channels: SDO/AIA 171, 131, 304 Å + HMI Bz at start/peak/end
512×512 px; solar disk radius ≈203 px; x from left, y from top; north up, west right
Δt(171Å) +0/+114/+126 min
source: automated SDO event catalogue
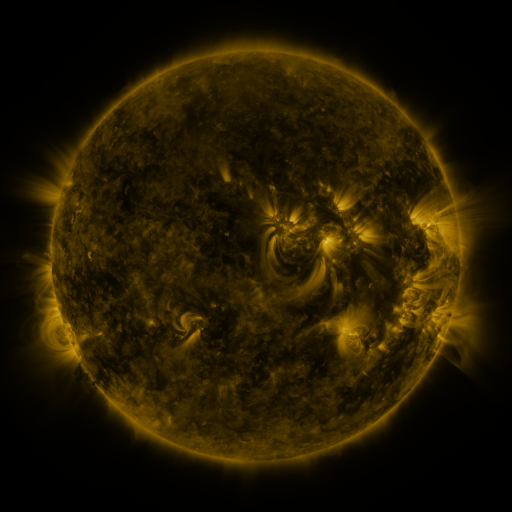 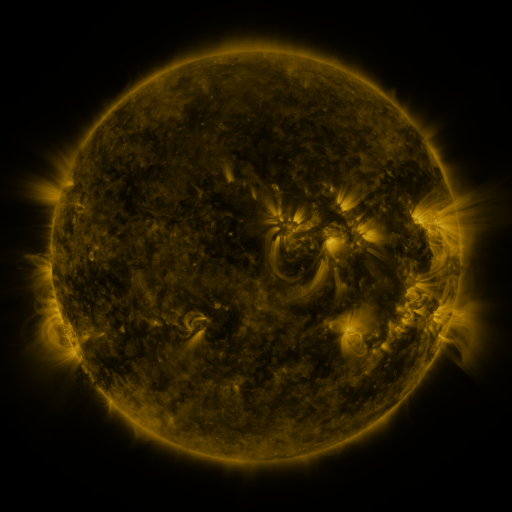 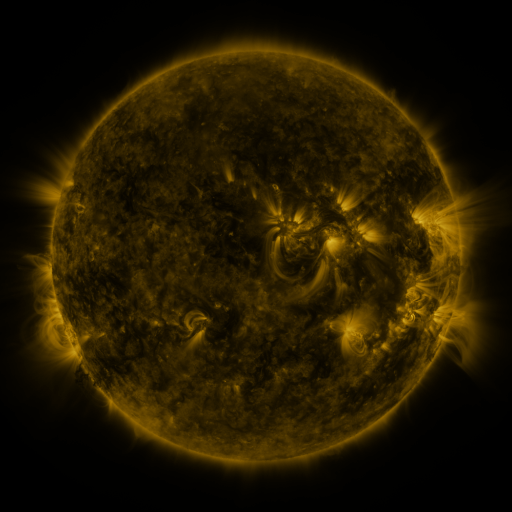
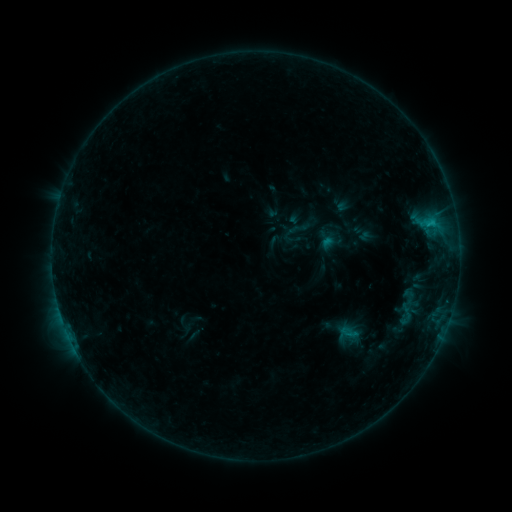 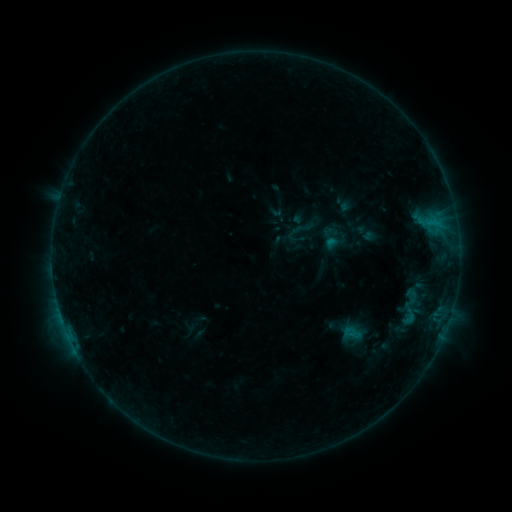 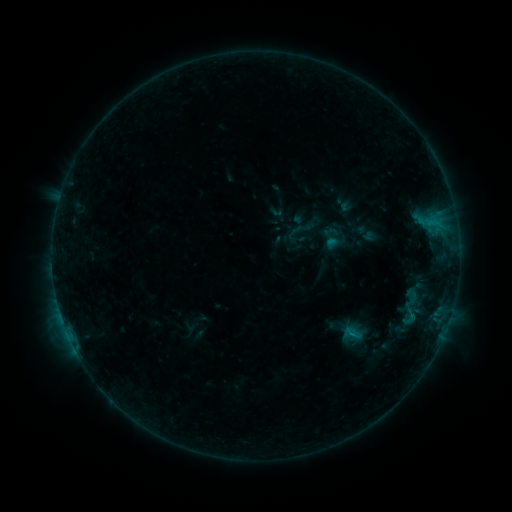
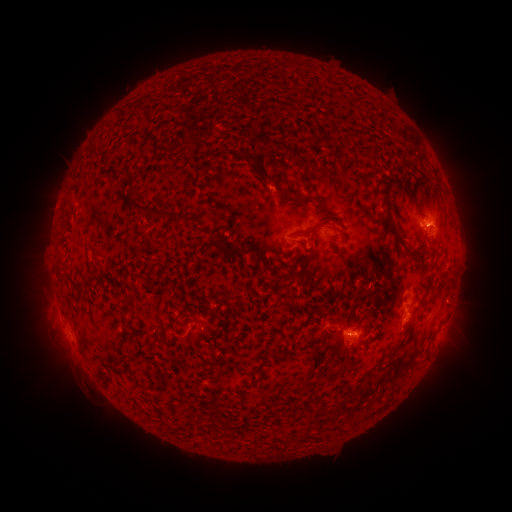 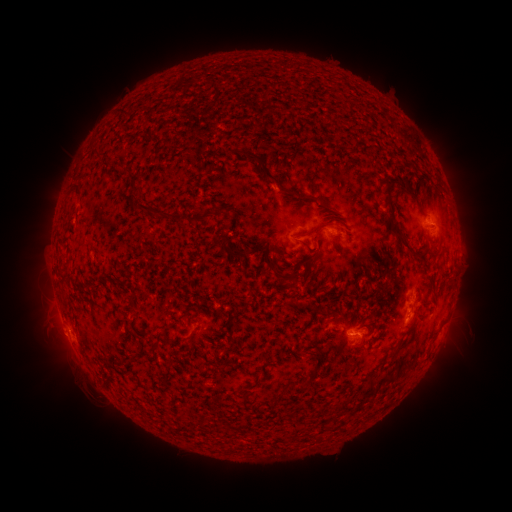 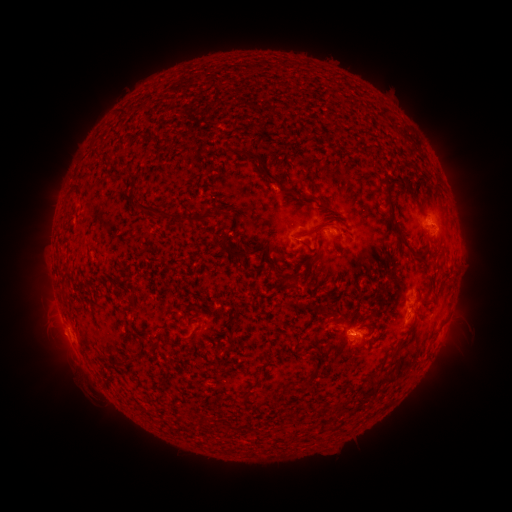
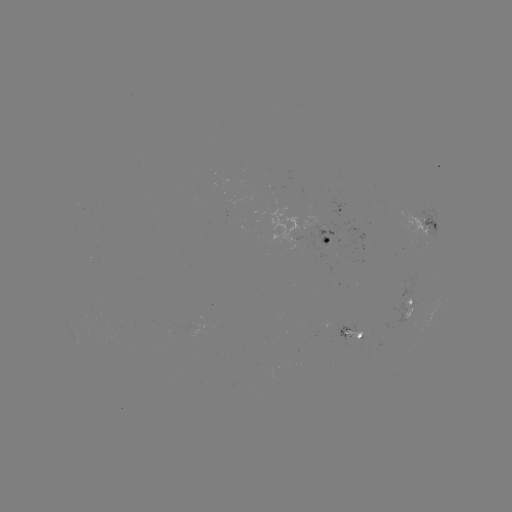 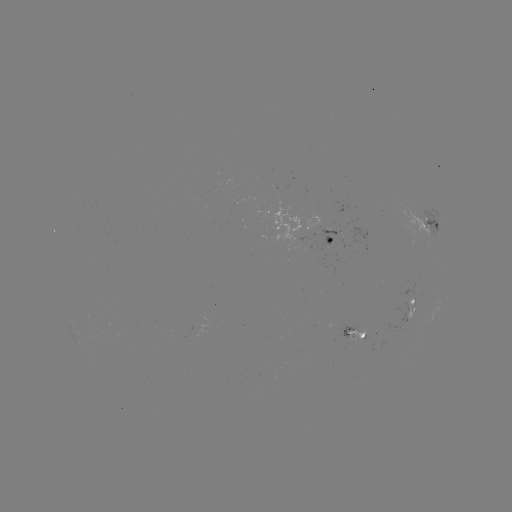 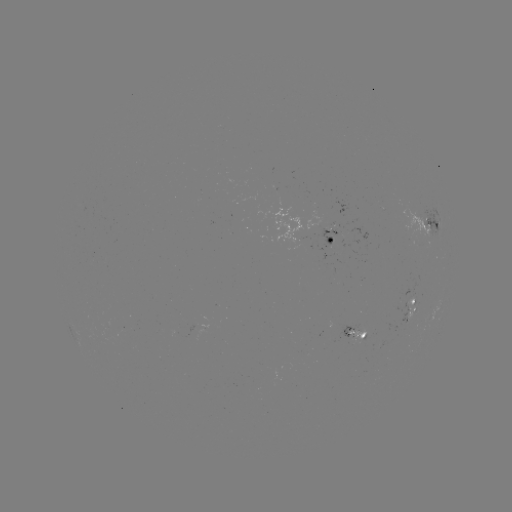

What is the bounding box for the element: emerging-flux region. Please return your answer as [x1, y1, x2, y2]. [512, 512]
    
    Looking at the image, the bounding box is [337, 325, 358, 342].